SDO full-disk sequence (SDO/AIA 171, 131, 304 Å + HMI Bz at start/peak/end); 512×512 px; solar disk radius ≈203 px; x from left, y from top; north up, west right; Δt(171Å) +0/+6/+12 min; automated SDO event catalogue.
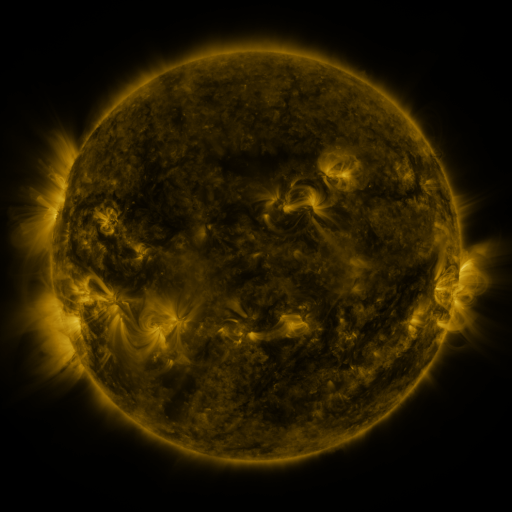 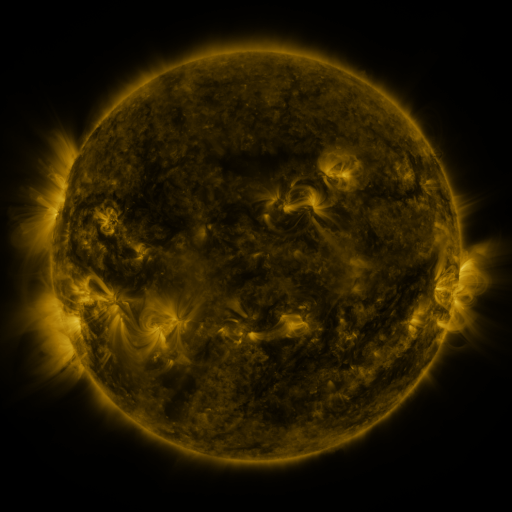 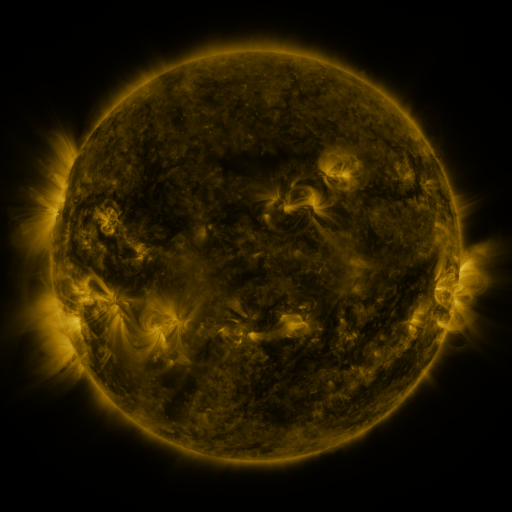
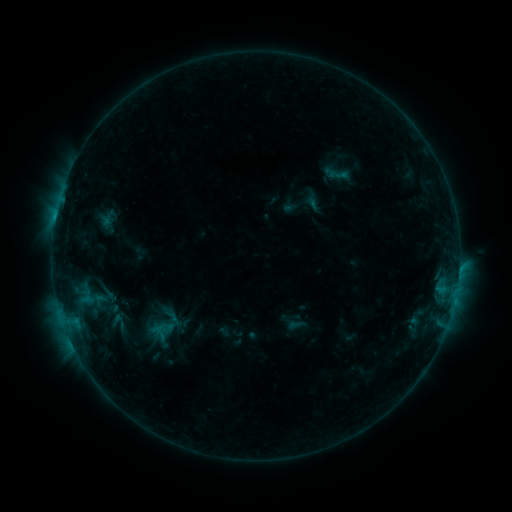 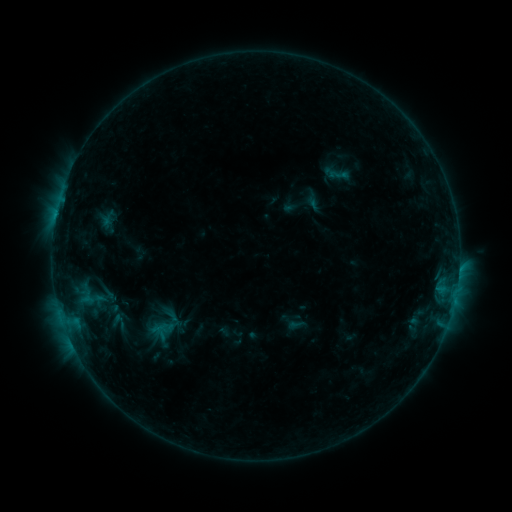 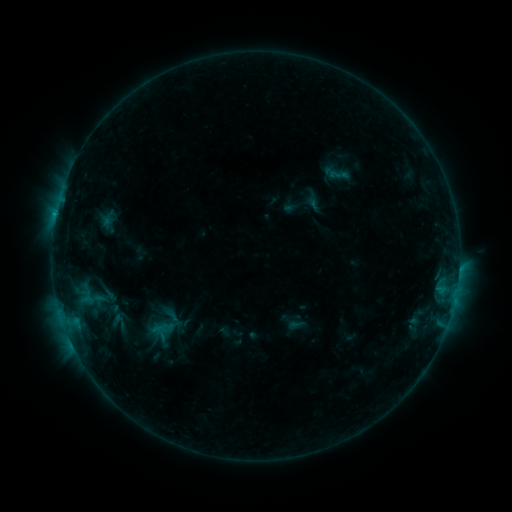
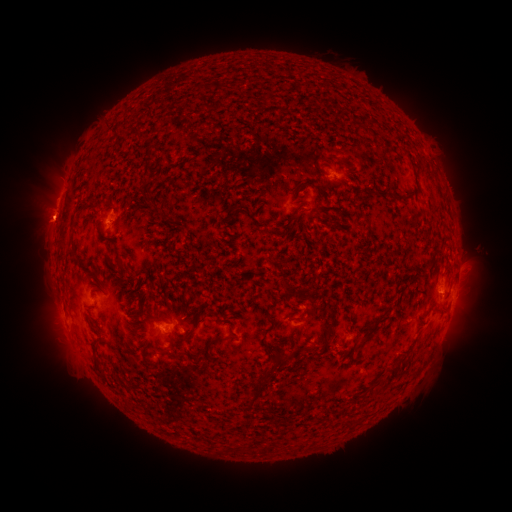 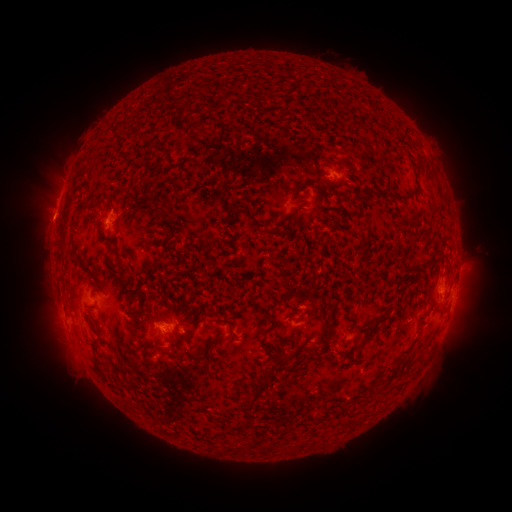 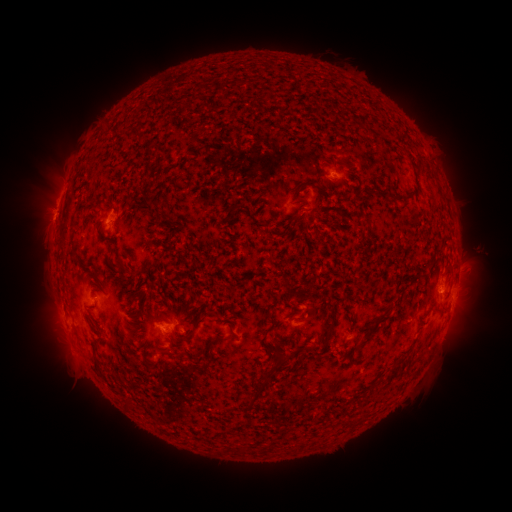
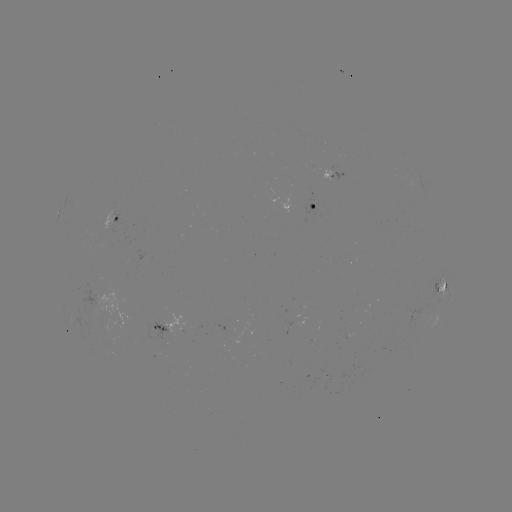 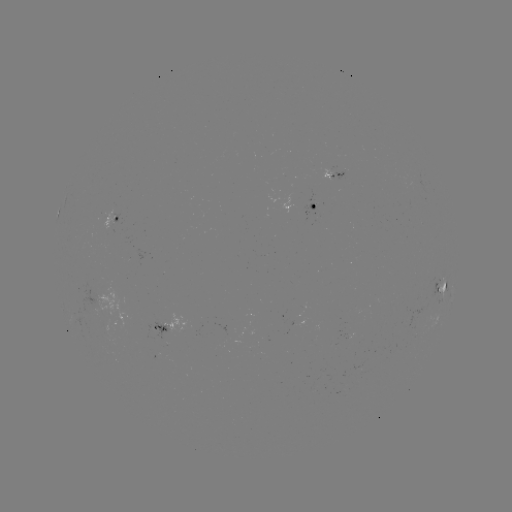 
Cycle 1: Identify B6.6 flare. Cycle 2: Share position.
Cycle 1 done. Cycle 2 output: (55, 221).